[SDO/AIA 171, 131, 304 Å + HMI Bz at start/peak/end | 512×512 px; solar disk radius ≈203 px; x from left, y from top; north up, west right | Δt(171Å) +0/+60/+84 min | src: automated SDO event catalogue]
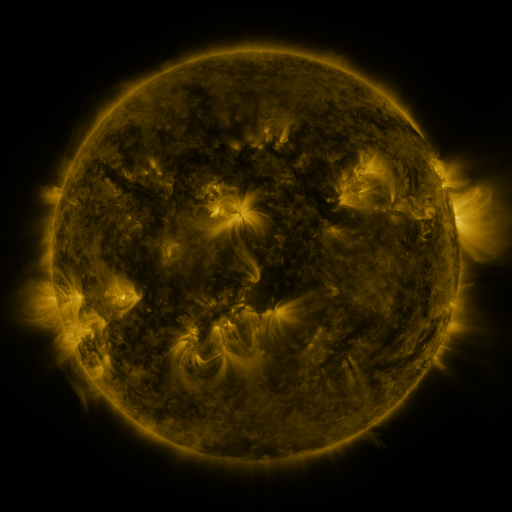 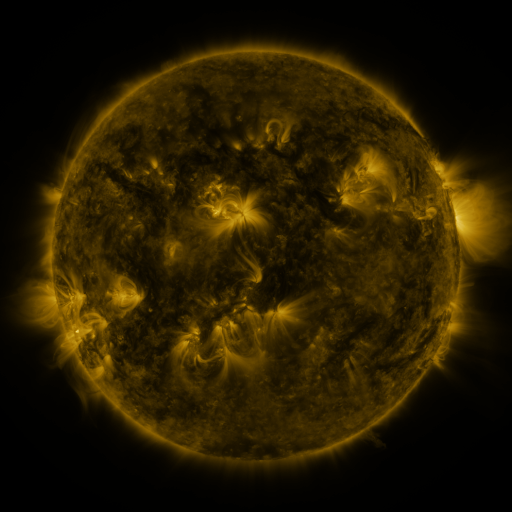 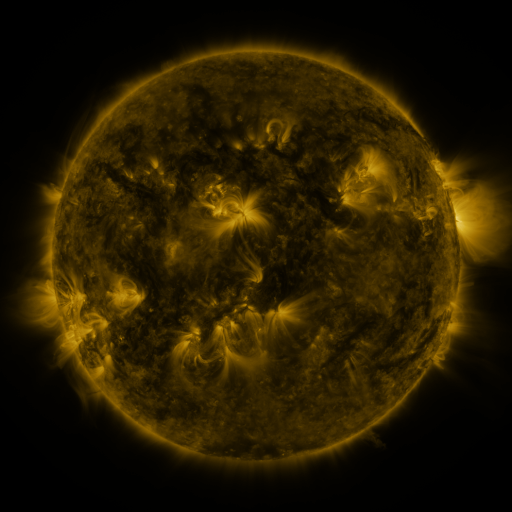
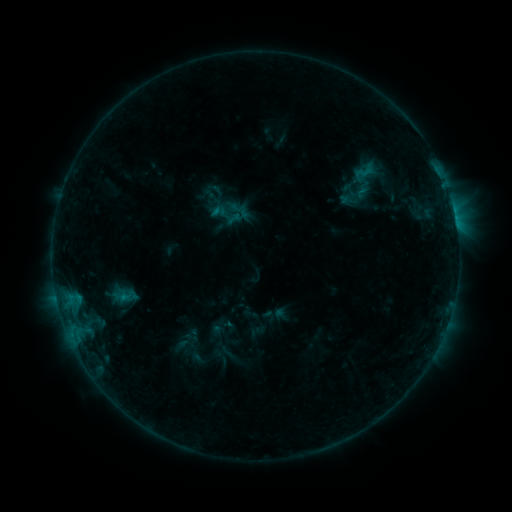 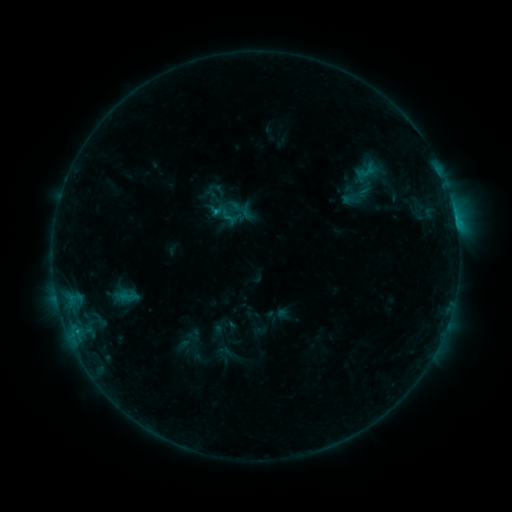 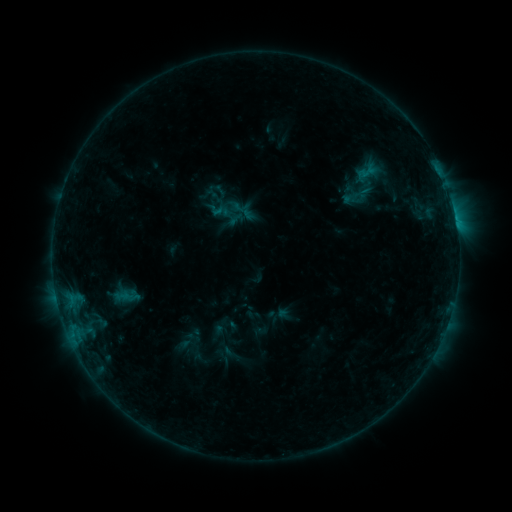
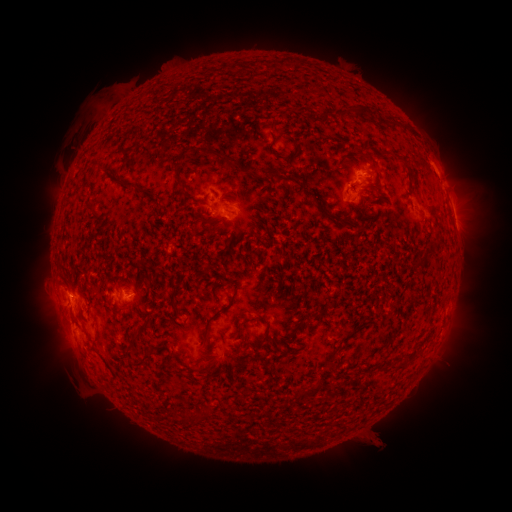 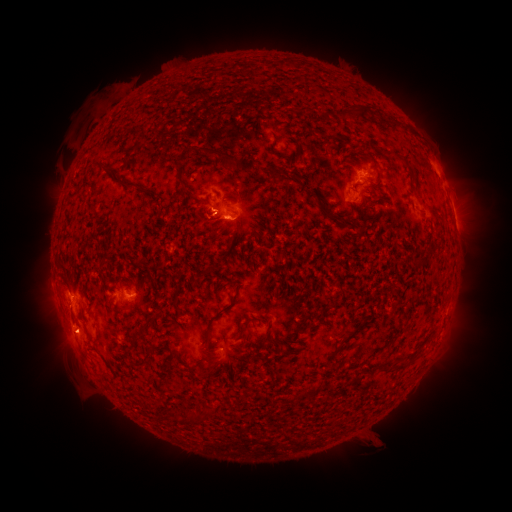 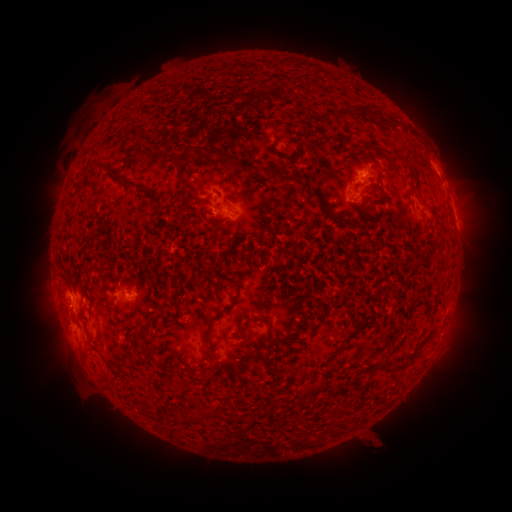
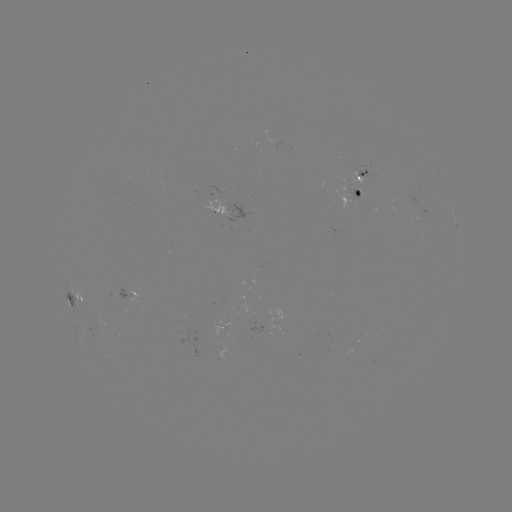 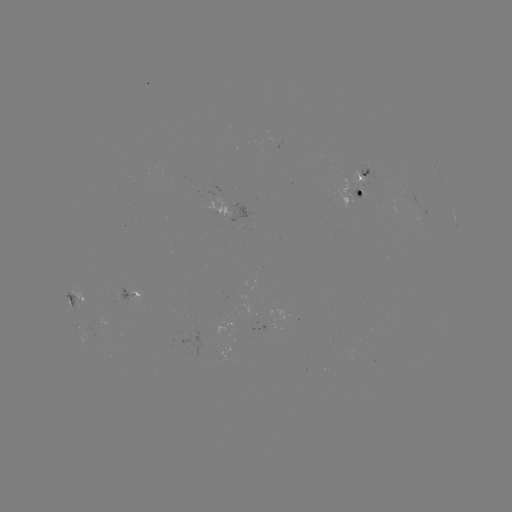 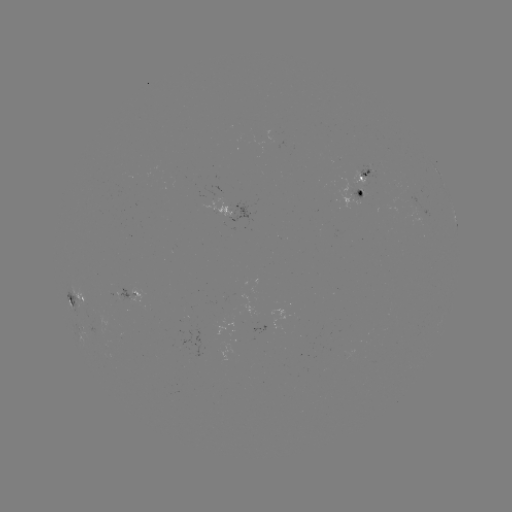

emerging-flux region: <bbox>356, 164, 379, 179</bbox>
